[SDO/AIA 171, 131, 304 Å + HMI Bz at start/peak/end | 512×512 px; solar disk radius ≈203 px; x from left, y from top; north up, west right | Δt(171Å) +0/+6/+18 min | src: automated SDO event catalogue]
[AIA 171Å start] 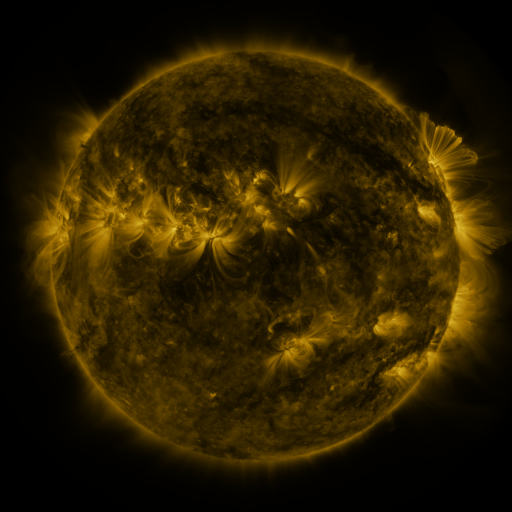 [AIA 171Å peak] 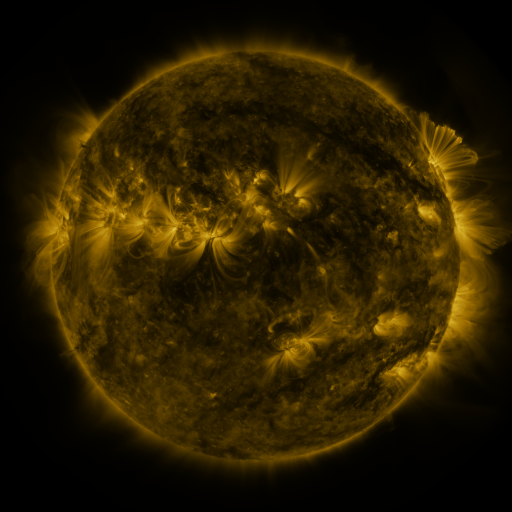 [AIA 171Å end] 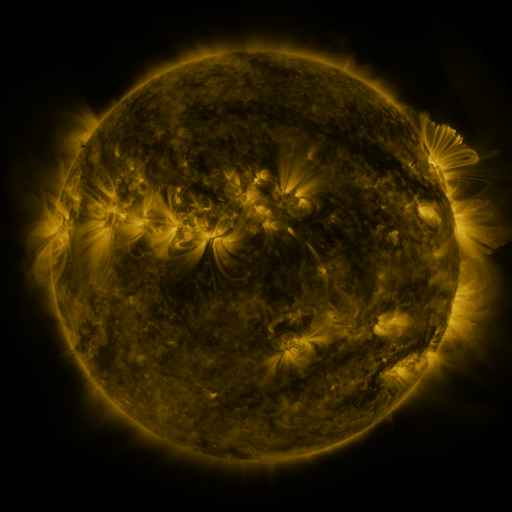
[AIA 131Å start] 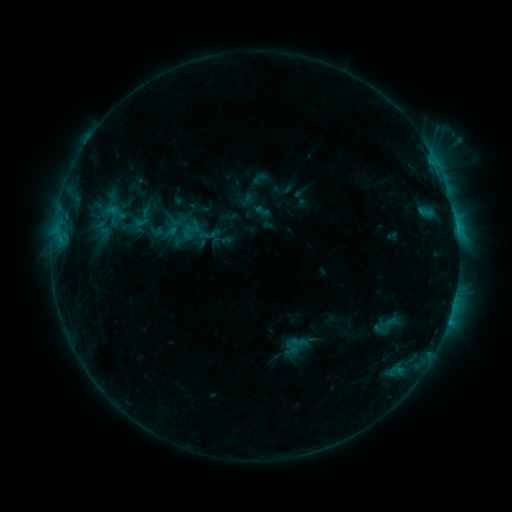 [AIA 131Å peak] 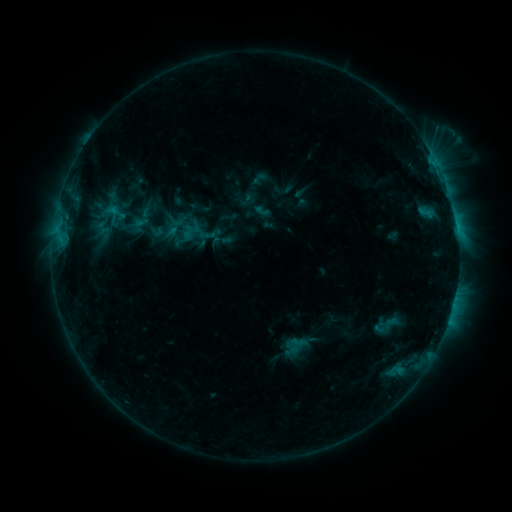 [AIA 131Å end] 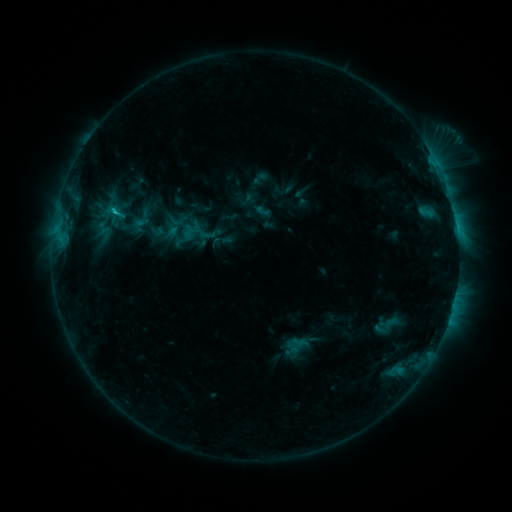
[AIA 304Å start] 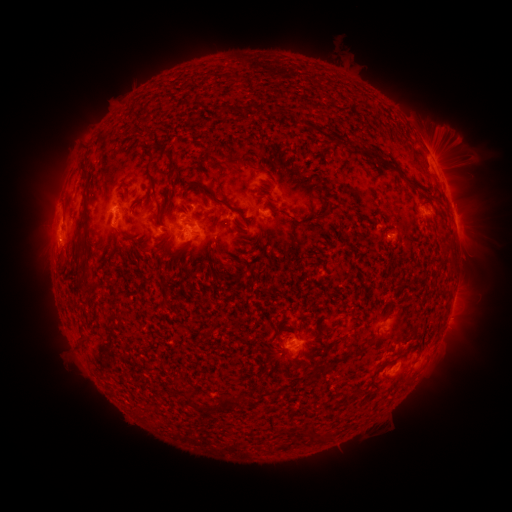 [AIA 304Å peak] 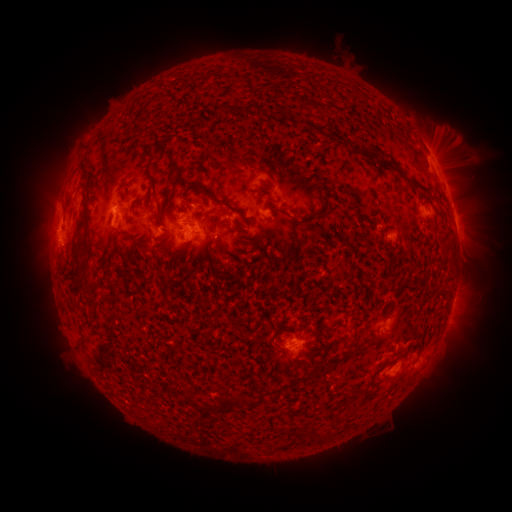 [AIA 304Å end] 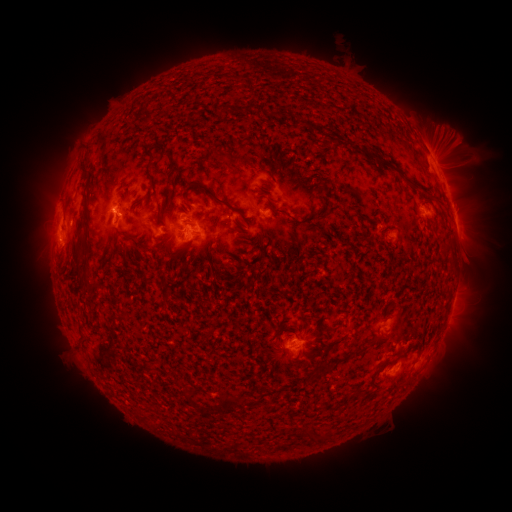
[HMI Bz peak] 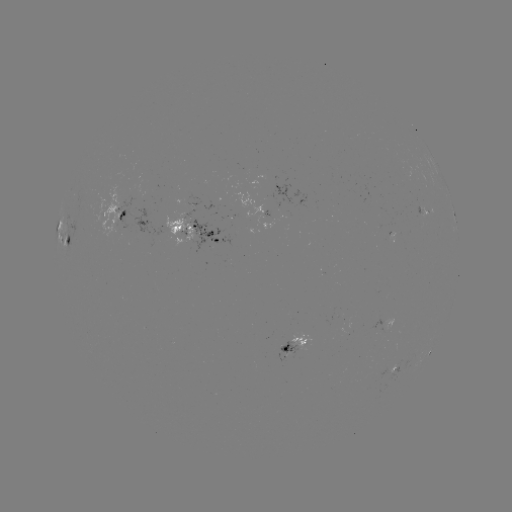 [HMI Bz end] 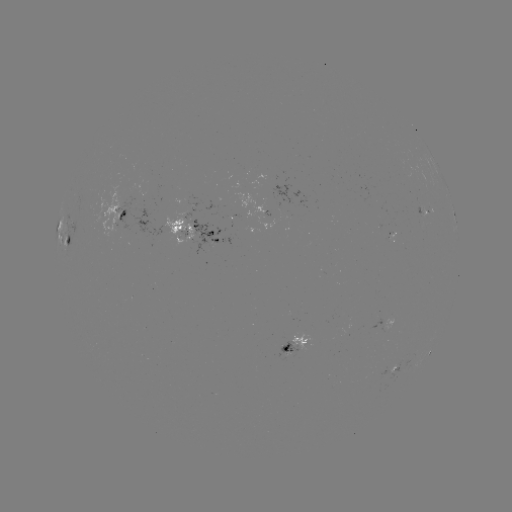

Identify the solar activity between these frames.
C2.2 flare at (117, 212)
